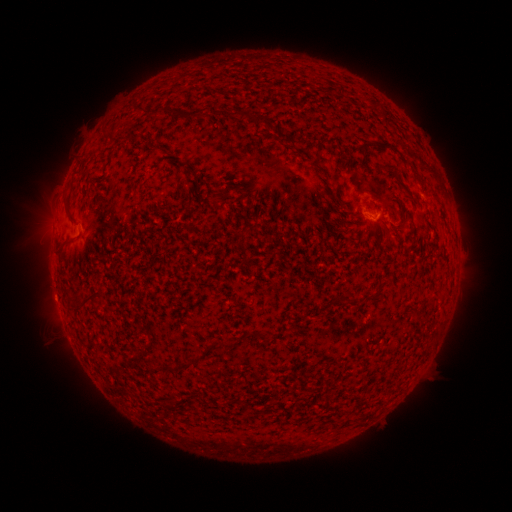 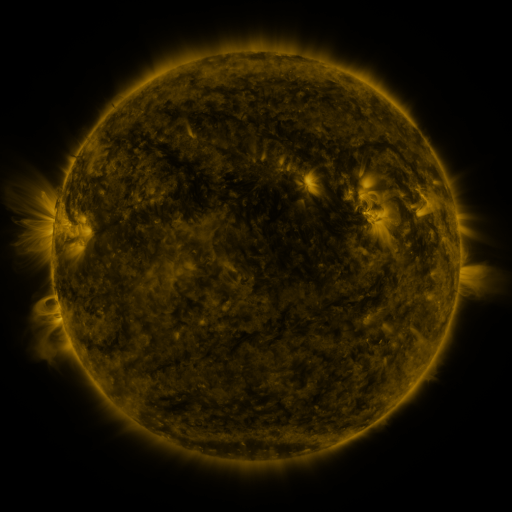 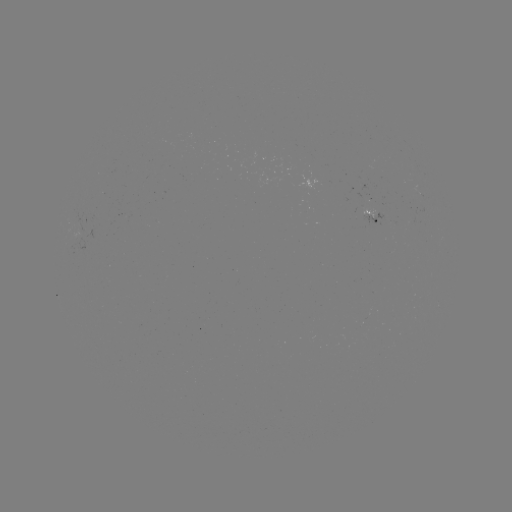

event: spotted active region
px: (377, 213)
